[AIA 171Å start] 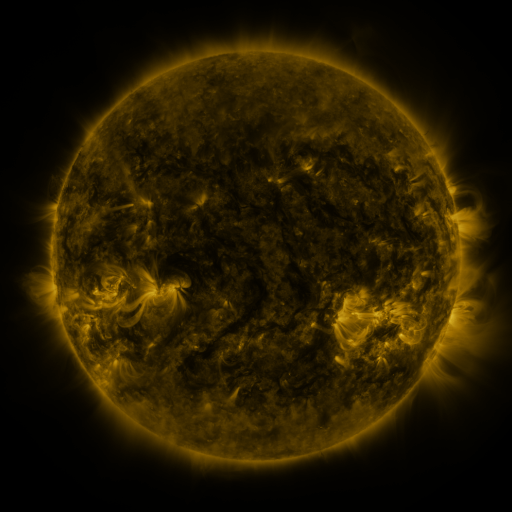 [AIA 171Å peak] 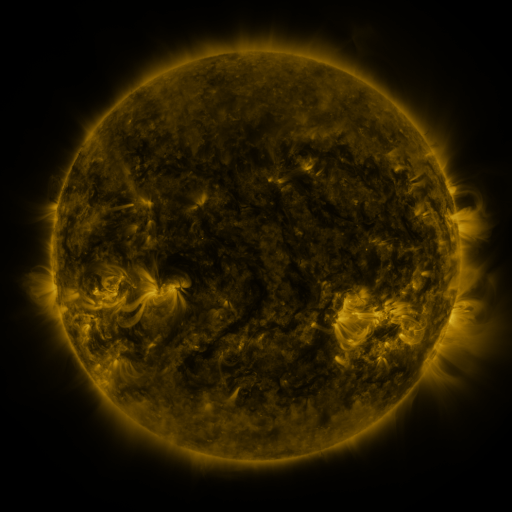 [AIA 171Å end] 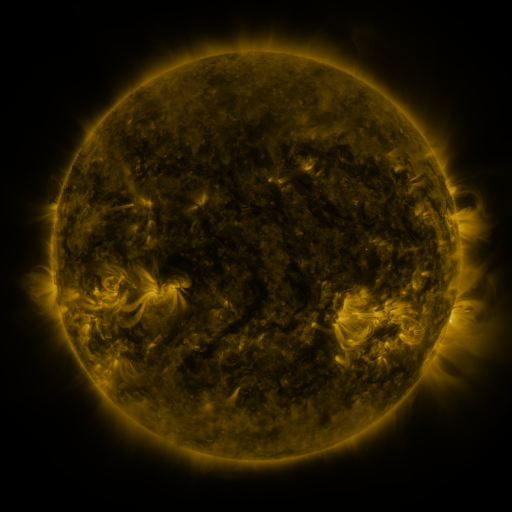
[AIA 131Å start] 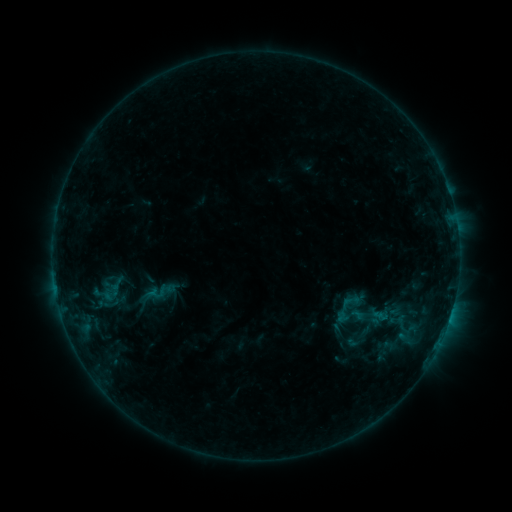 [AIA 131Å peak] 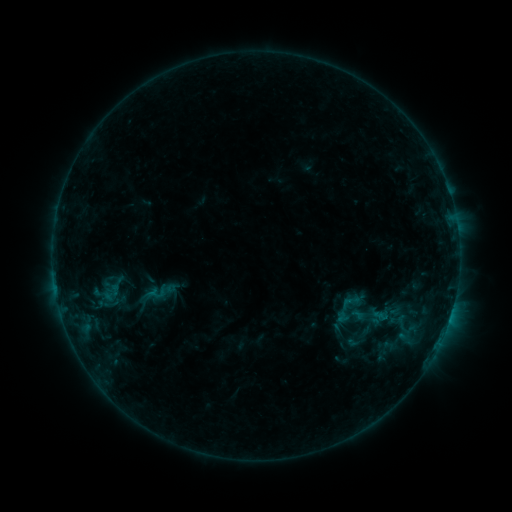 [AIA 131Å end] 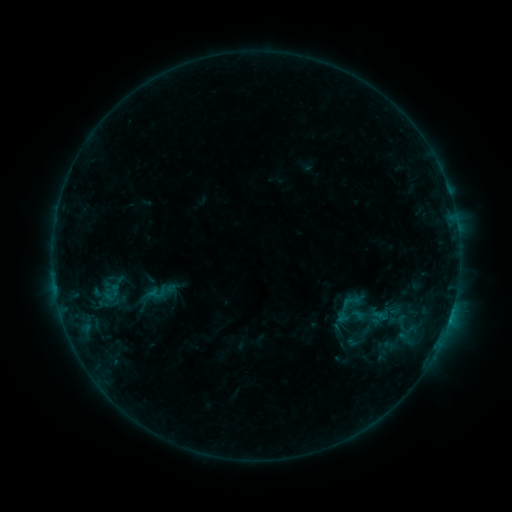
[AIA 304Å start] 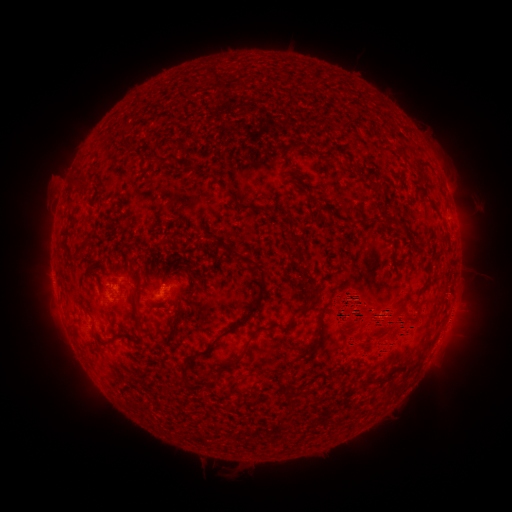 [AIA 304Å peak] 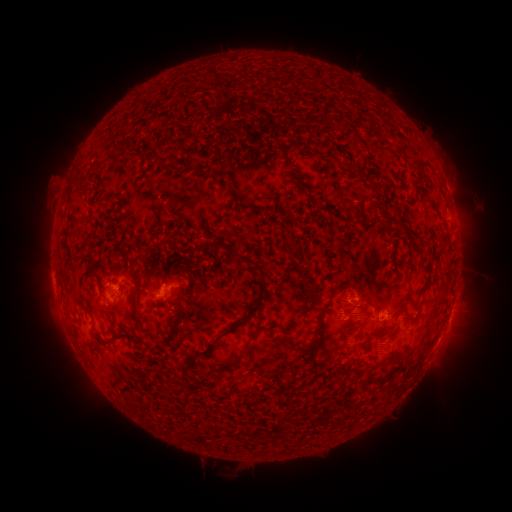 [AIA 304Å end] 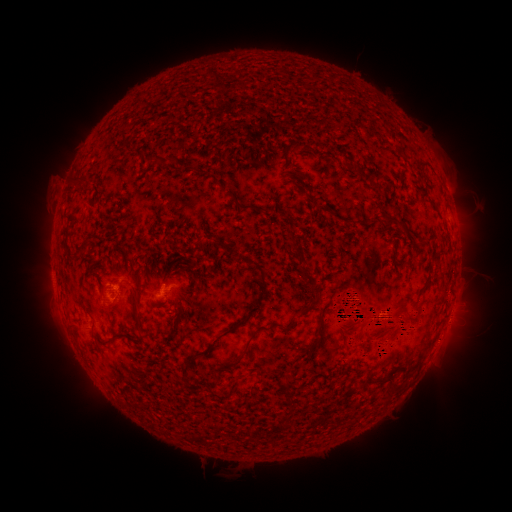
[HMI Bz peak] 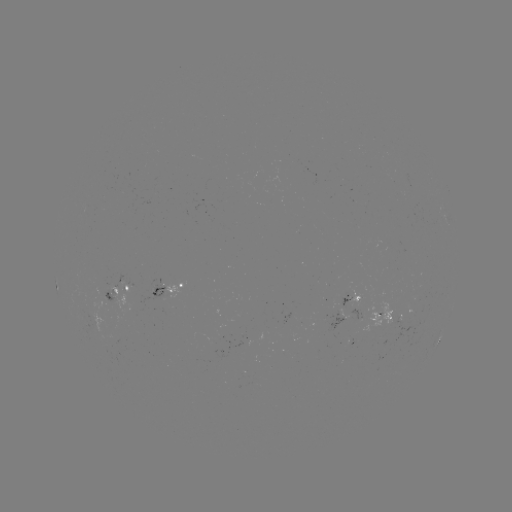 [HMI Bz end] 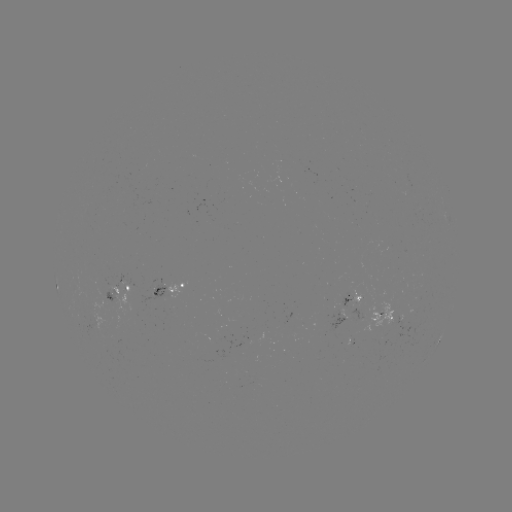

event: eruption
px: (375, 315)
